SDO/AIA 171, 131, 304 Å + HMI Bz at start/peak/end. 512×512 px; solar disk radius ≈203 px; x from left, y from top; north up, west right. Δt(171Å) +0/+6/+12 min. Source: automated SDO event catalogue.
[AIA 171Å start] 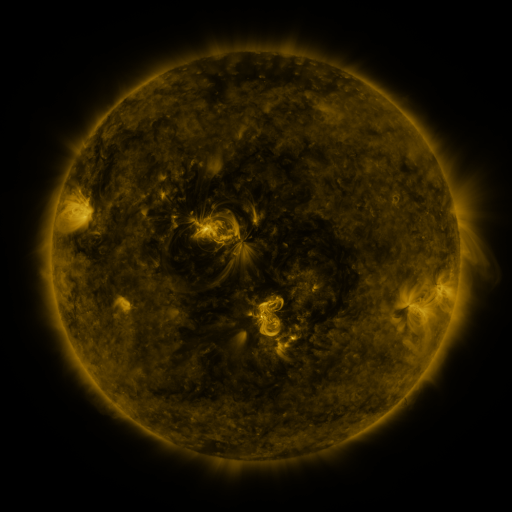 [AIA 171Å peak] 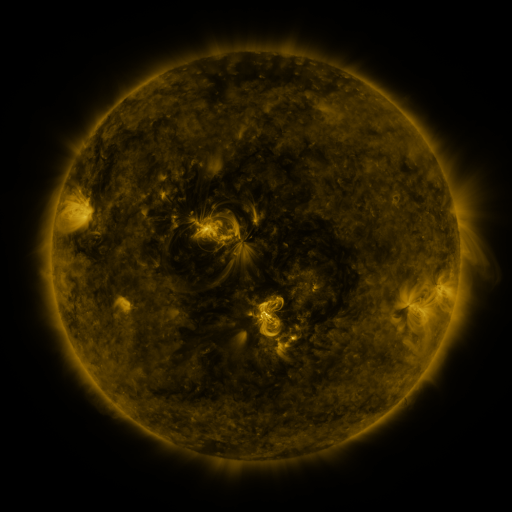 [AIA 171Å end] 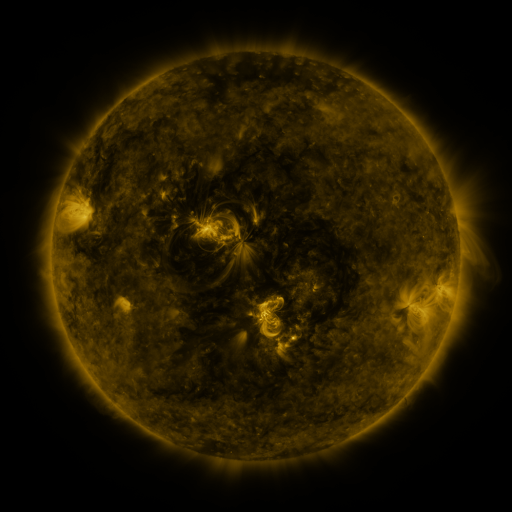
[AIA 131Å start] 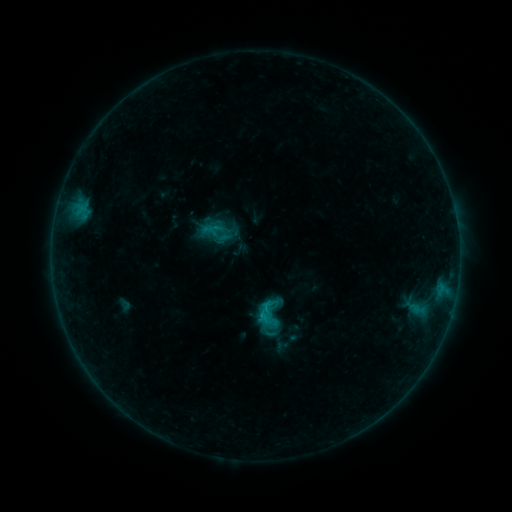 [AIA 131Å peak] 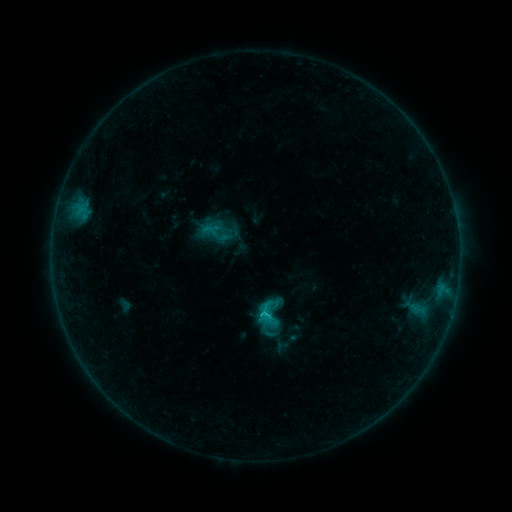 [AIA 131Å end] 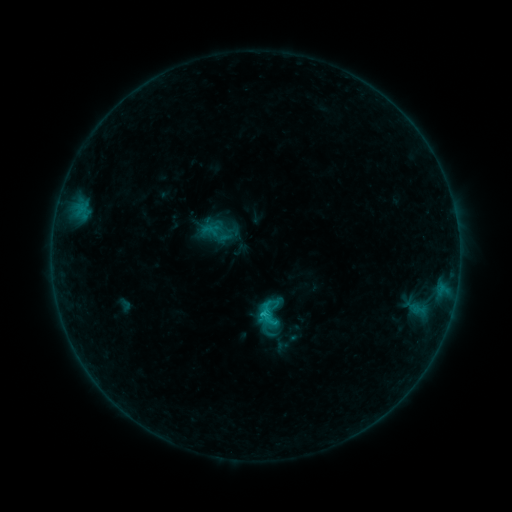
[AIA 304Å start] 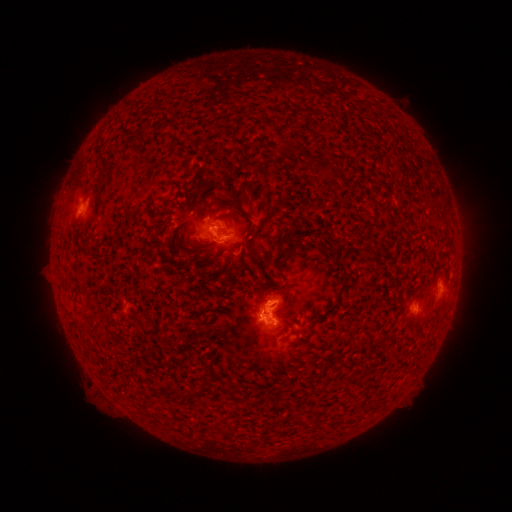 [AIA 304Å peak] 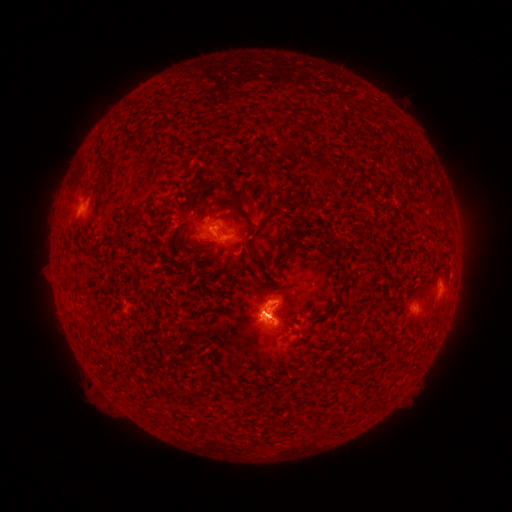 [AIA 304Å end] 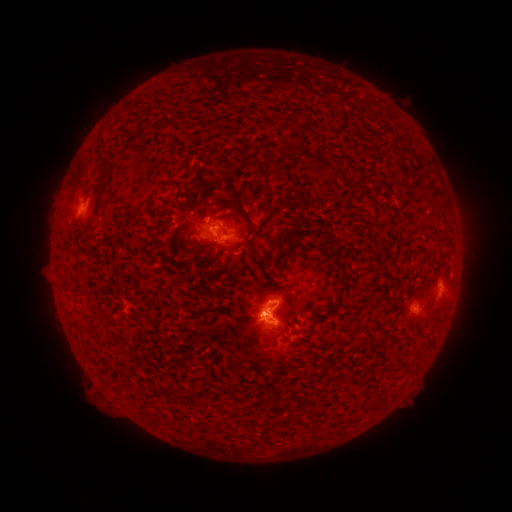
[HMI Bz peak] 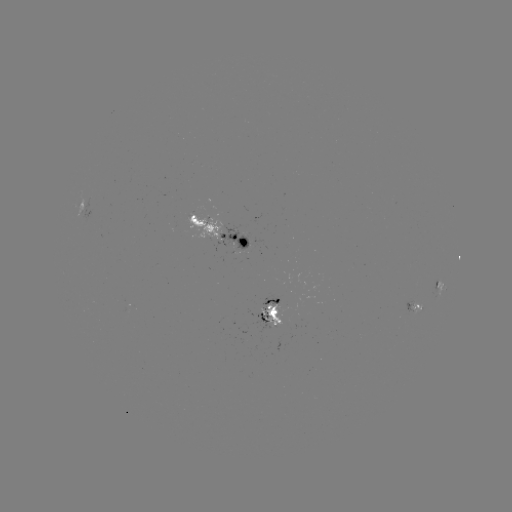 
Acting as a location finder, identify C1.2 flare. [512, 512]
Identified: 263,313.